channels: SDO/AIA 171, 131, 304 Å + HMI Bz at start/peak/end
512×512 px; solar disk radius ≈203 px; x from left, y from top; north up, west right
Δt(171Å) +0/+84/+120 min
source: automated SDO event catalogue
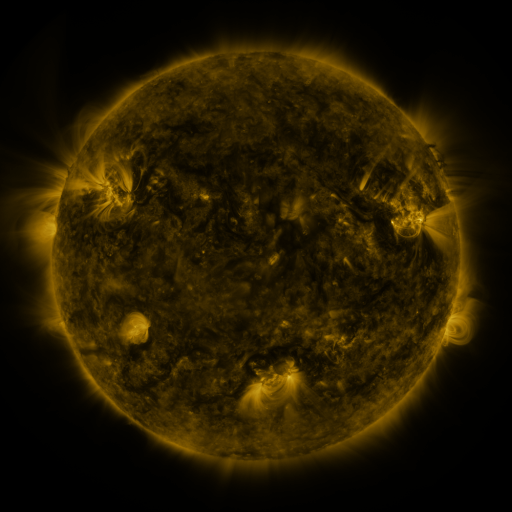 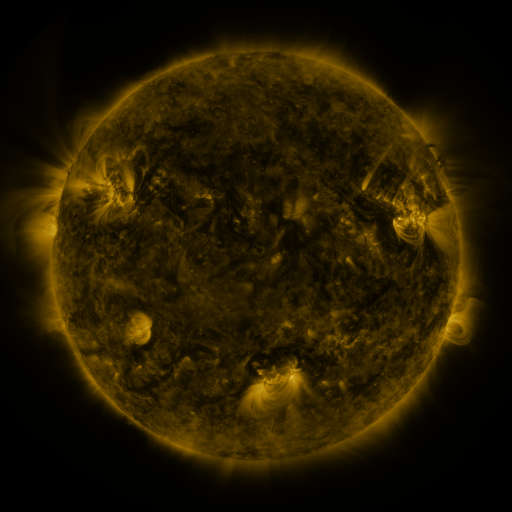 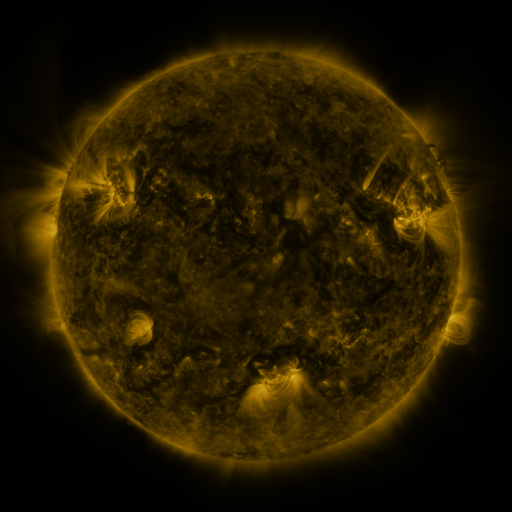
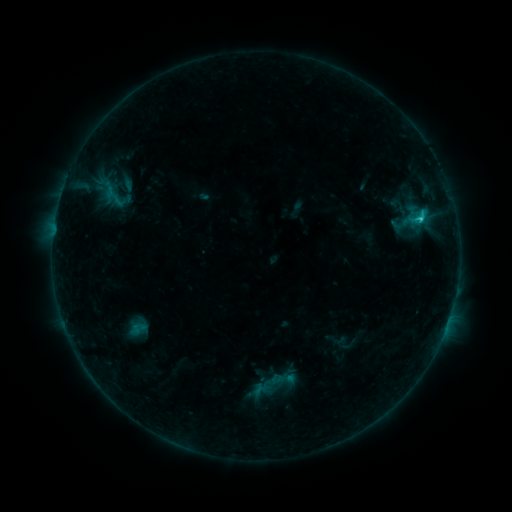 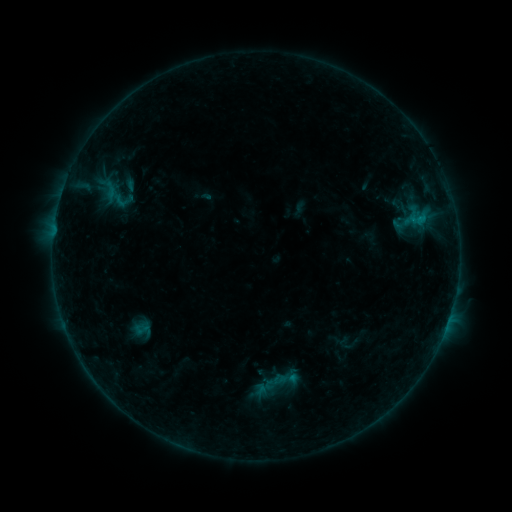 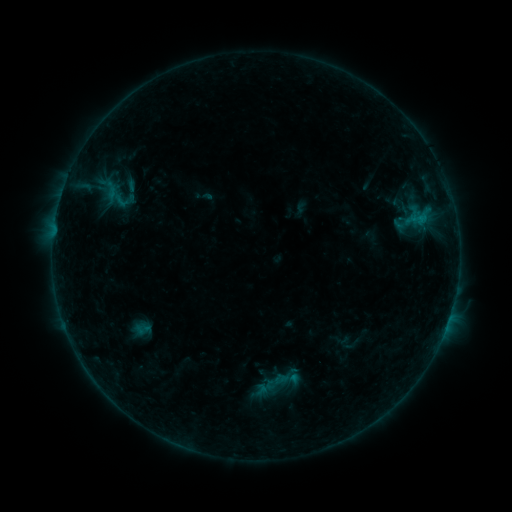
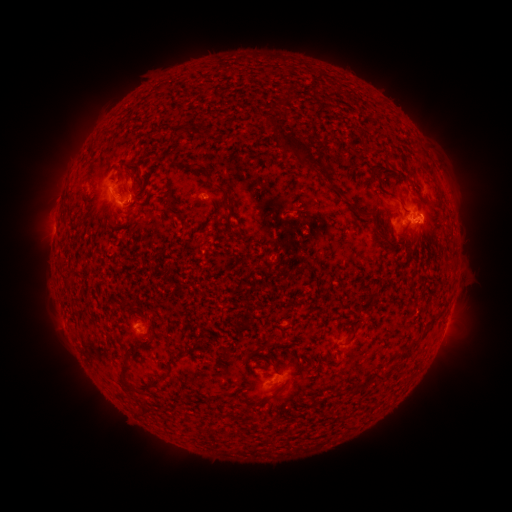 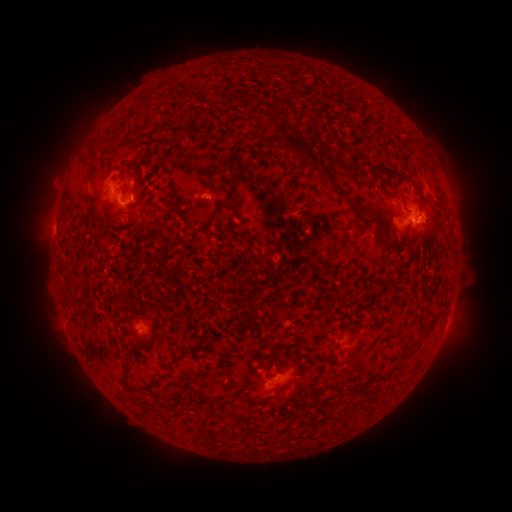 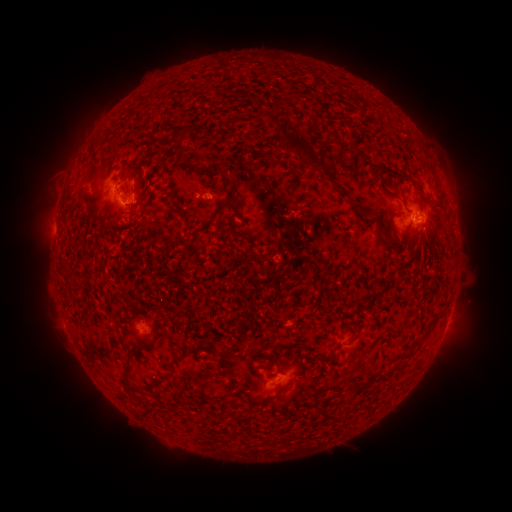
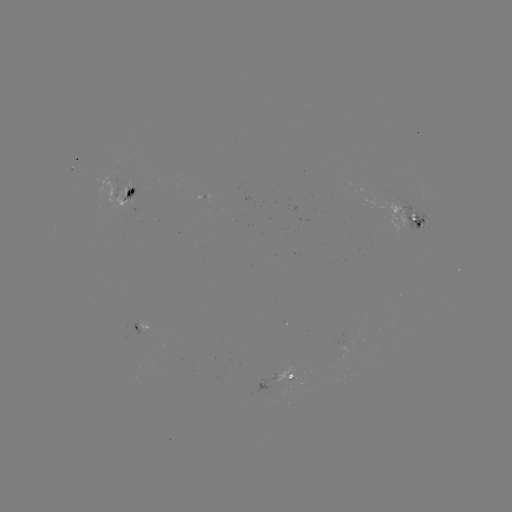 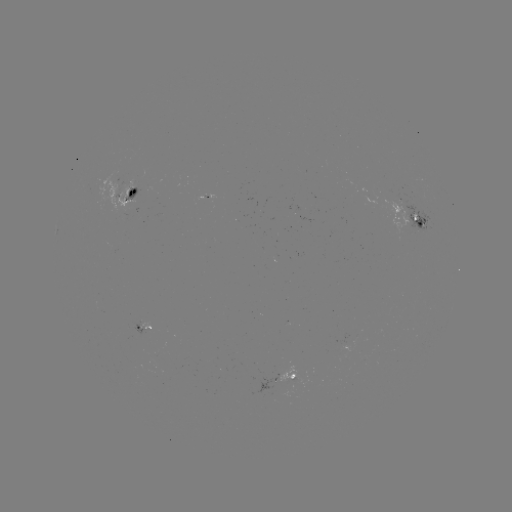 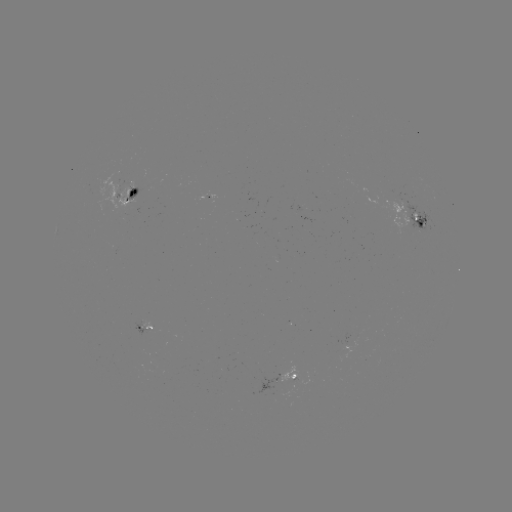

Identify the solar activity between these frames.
emerging-flux region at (287, 379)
